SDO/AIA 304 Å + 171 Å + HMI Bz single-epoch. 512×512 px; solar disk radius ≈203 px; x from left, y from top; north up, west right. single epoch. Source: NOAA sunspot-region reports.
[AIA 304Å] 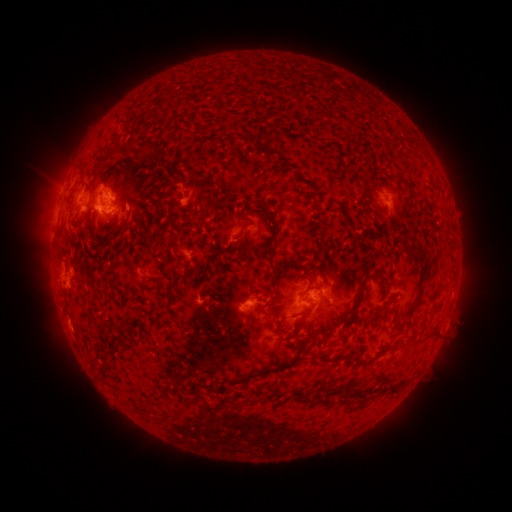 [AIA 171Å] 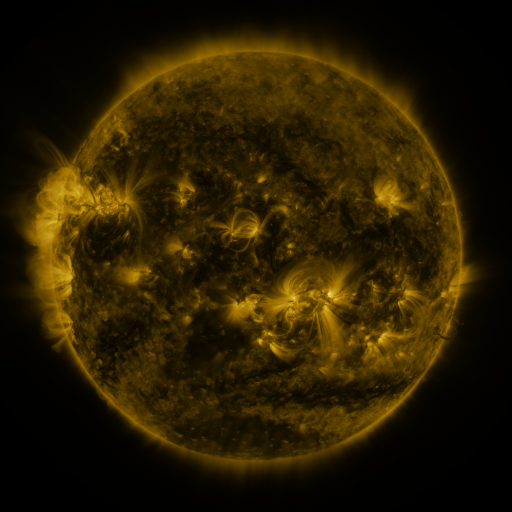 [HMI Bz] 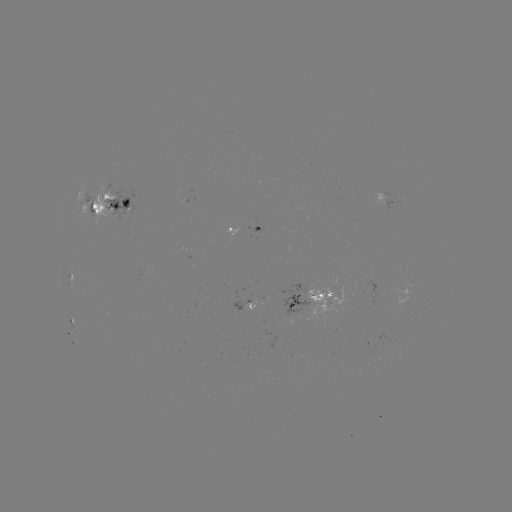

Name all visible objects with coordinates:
spotted active region: (110, 201)
spotted active region: (394, 208)
spotted active region: (248, 232)
spotted active region: (72, 272)
spotted active region: (313, 300)
spotted active region: (245, 307)
spotted active region: (72, 318)
